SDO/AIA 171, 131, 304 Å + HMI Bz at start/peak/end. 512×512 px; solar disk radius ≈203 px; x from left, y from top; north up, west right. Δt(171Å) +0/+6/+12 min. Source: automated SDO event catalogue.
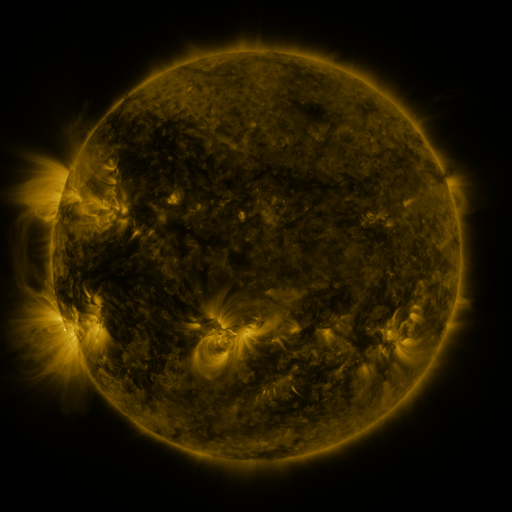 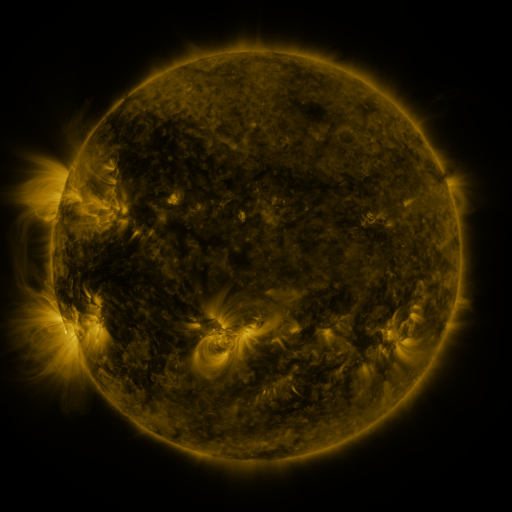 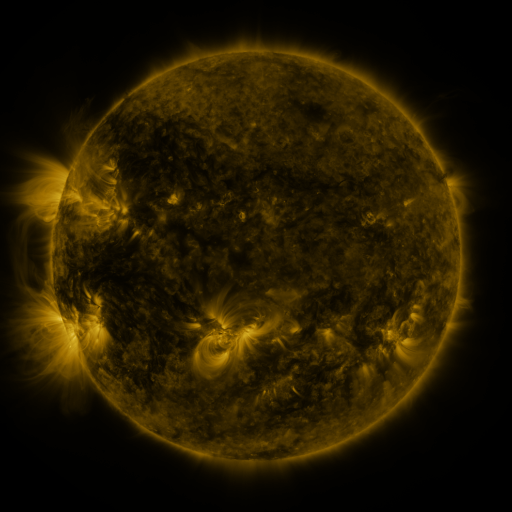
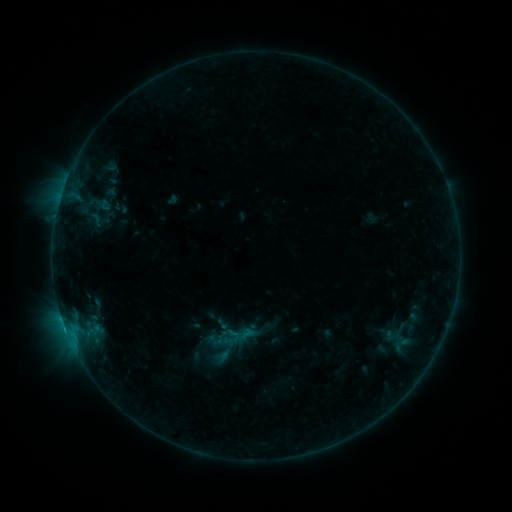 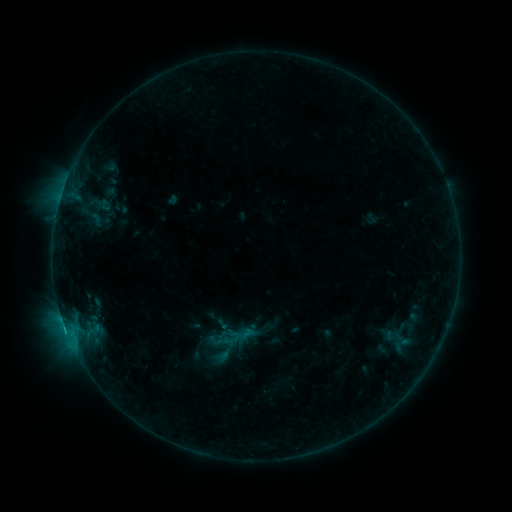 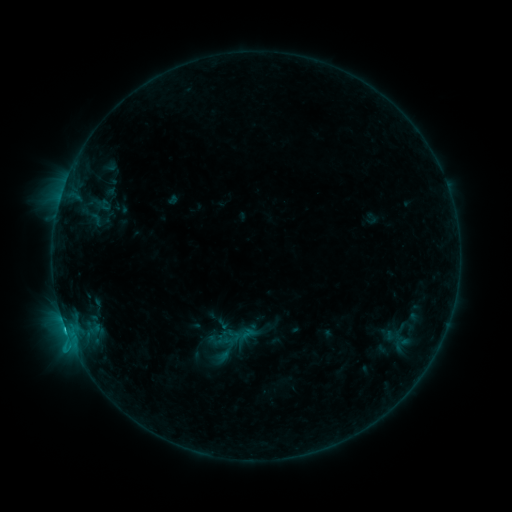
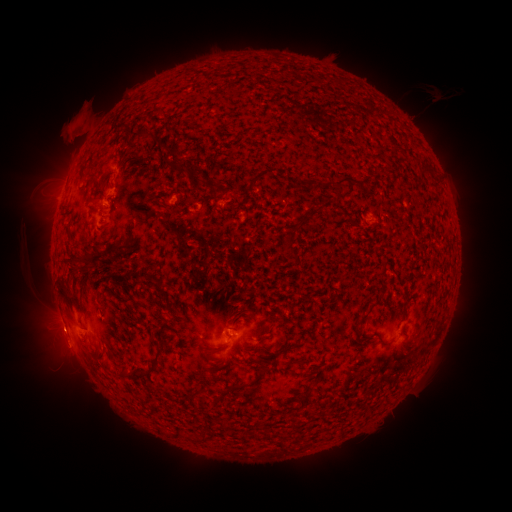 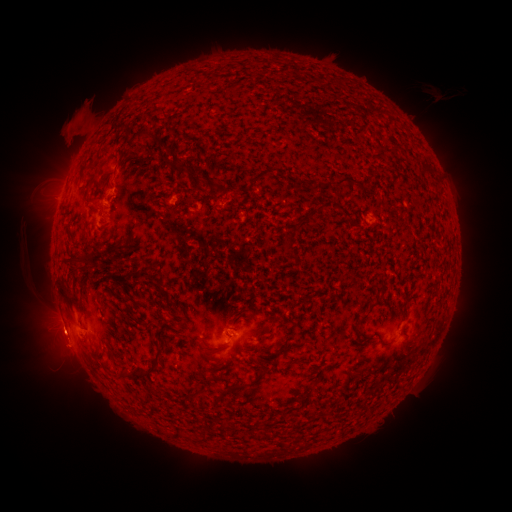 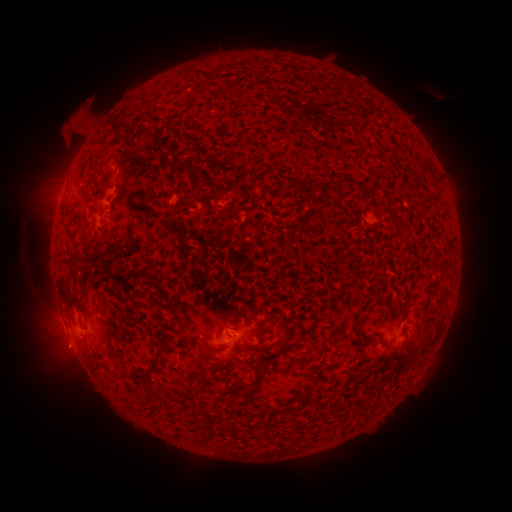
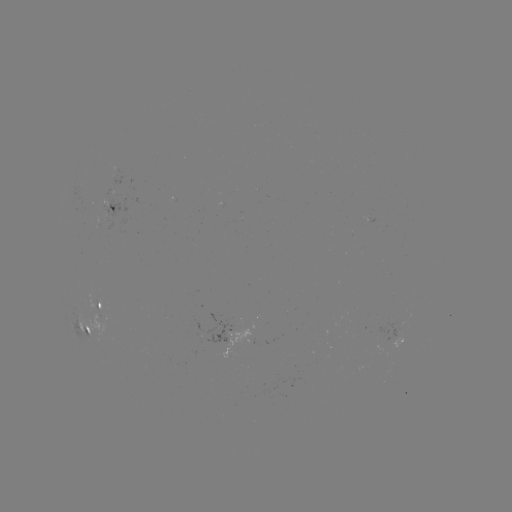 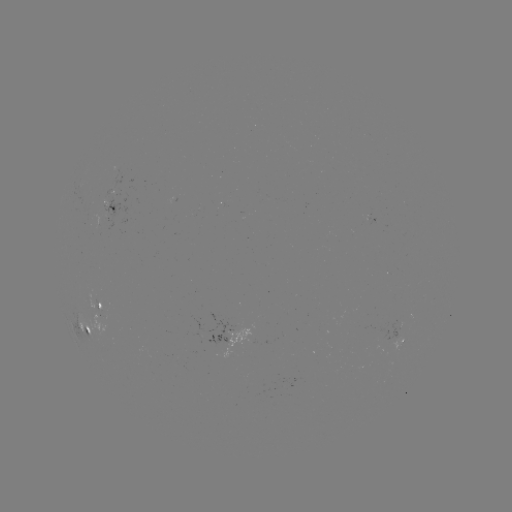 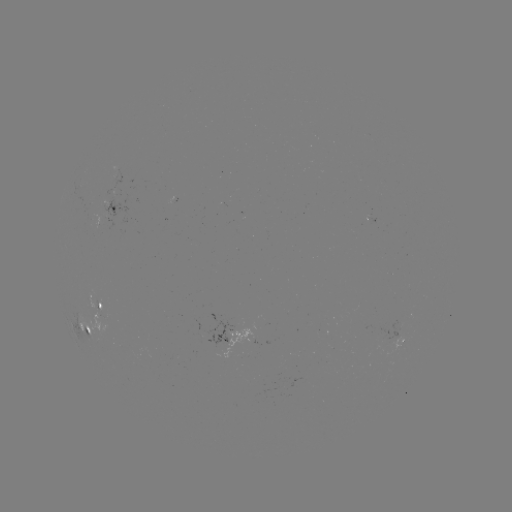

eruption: (30, 311, 93, 407)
